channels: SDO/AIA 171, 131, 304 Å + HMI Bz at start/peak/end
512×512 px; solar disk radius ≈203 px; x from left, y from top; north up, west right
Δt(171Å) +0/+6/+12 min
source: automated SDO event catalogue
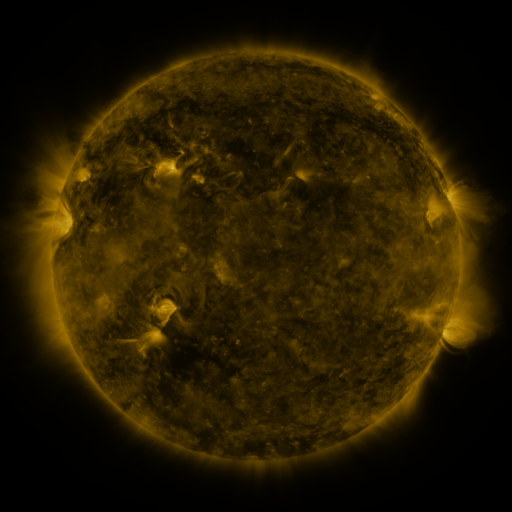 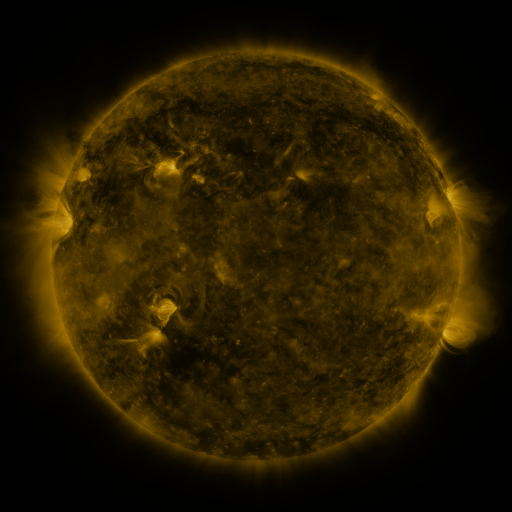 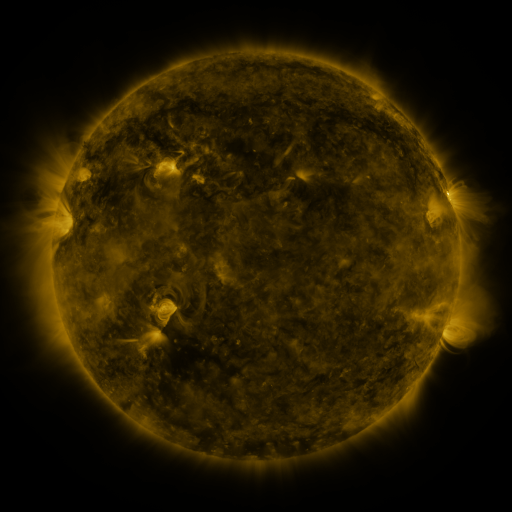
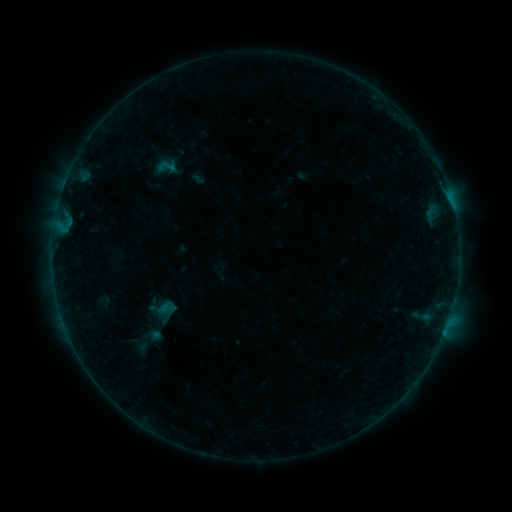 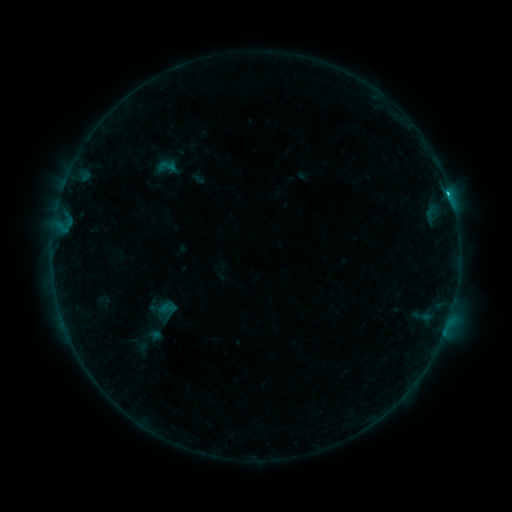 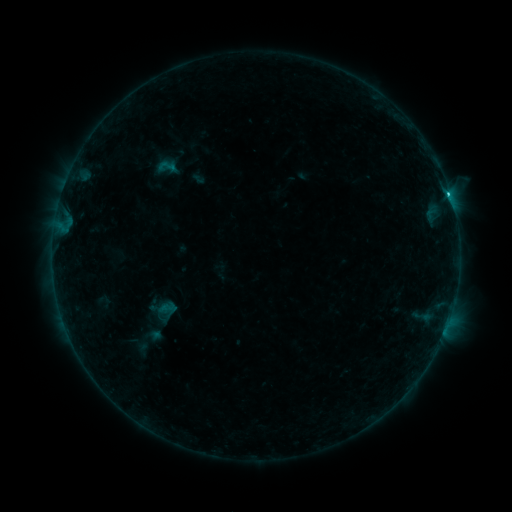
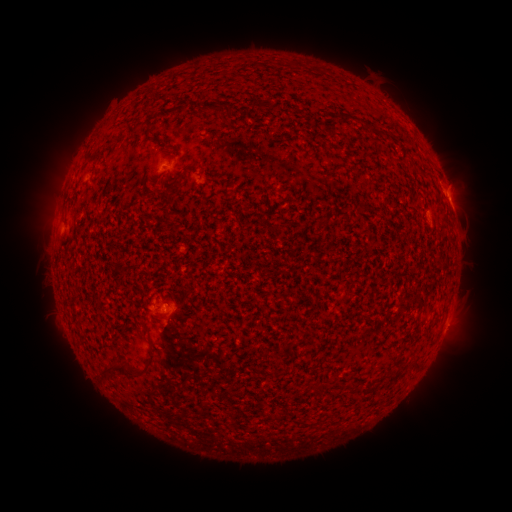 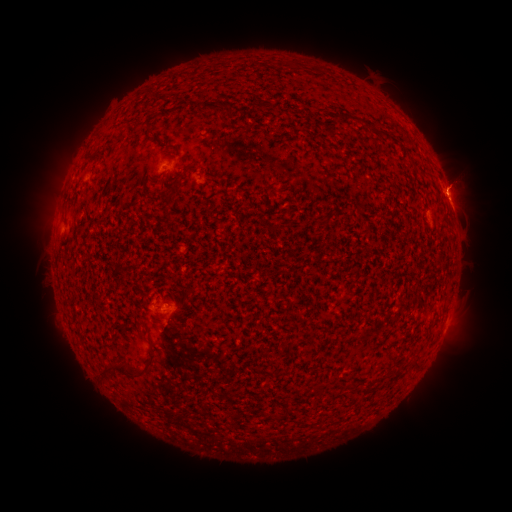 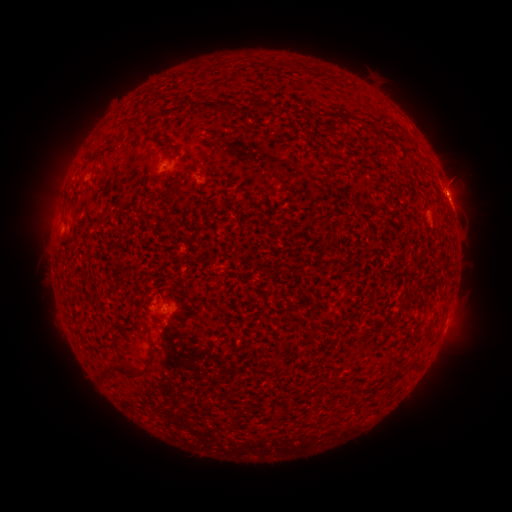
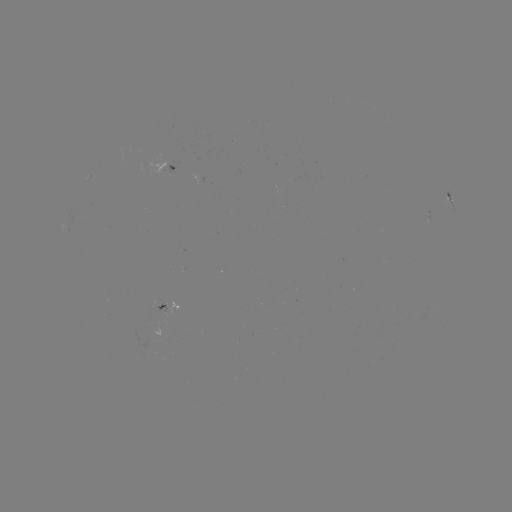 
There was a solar flare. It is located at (448, 193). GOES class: B8.6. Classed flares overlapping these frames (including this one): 1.